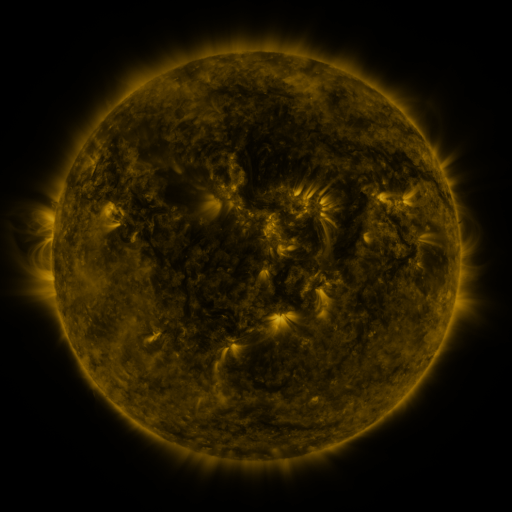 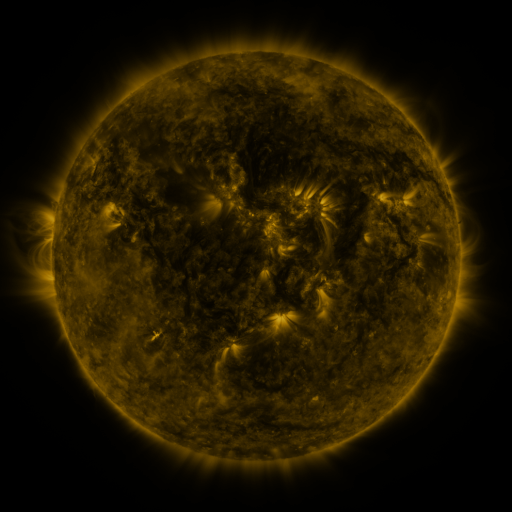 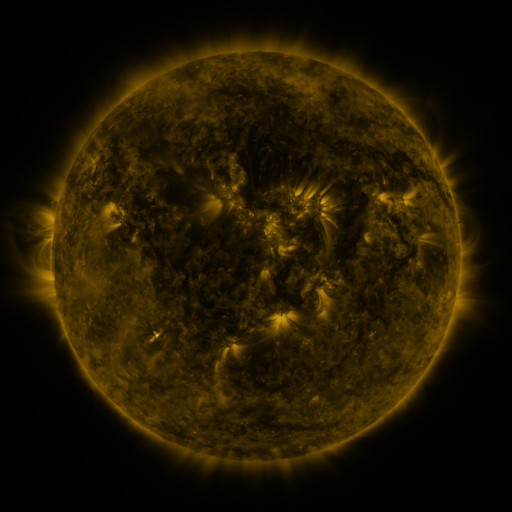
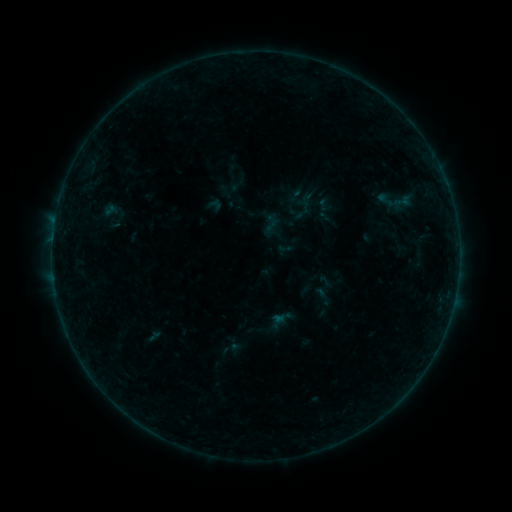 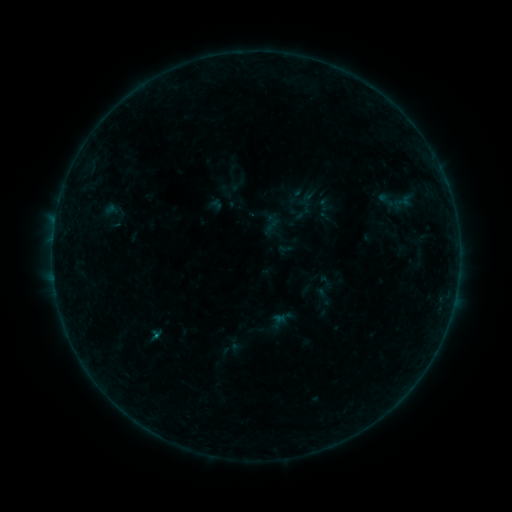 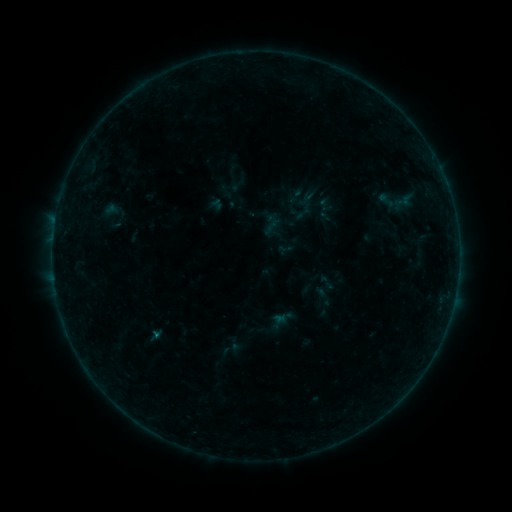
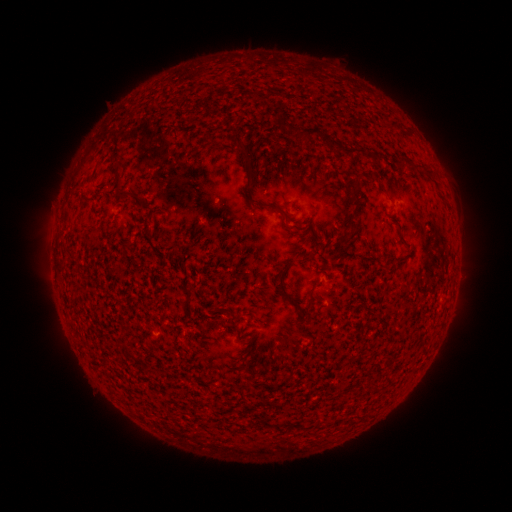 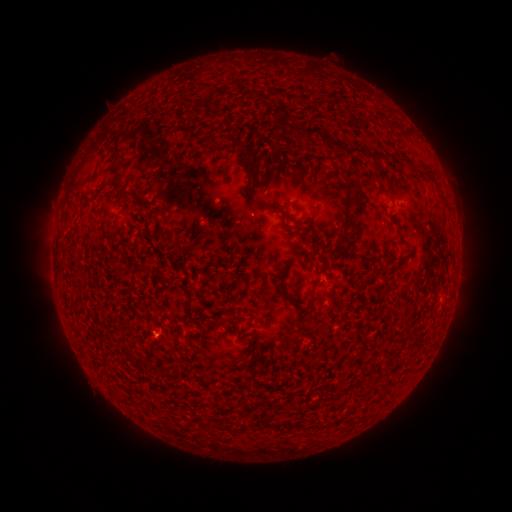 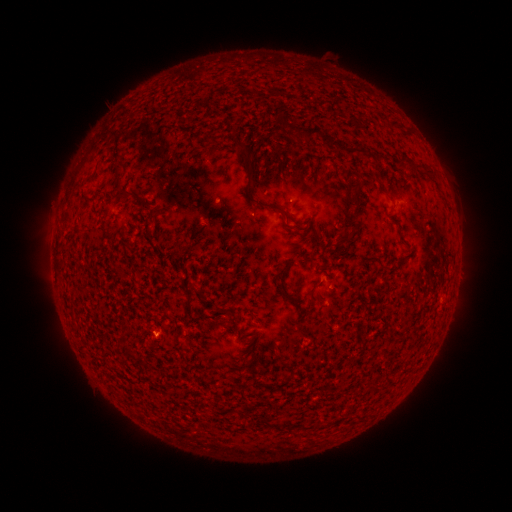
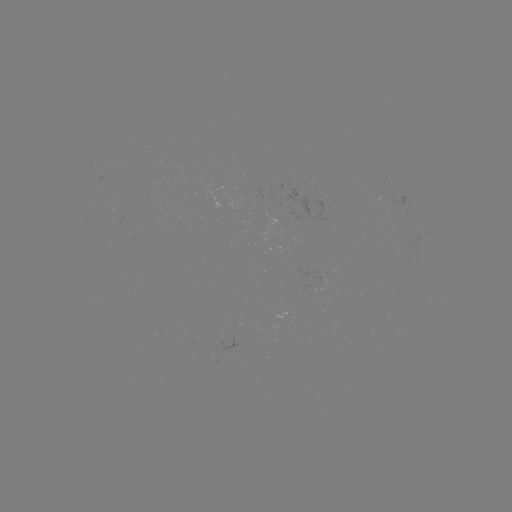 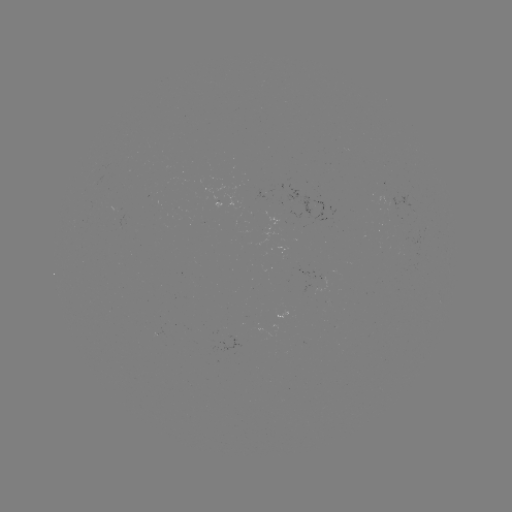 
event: flare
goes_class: B1.9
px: (156, 335)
